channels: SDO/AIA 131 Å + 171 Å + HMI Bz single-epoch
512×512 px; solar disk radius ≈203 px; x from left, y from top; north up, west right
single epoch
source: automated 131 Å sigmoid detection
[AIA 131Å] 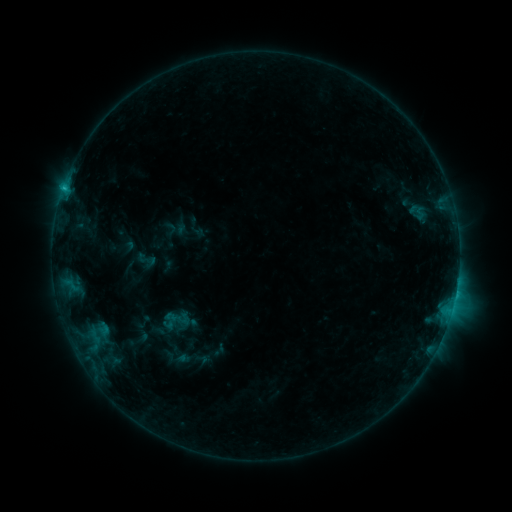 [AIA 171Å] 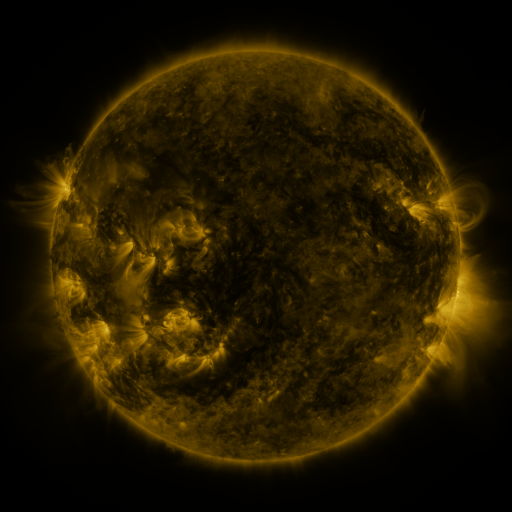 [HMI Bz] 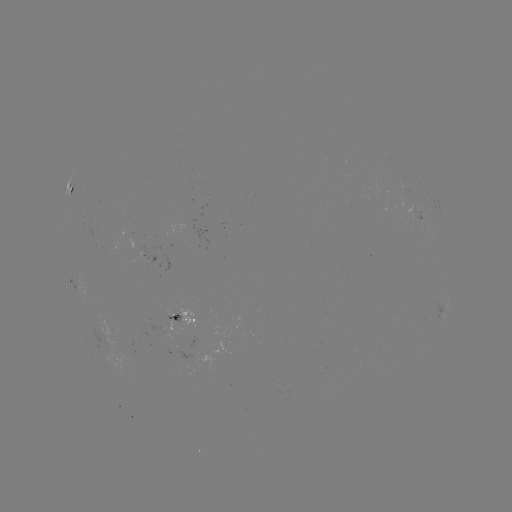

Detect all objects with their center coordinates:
sigmoid: (146, 260)
